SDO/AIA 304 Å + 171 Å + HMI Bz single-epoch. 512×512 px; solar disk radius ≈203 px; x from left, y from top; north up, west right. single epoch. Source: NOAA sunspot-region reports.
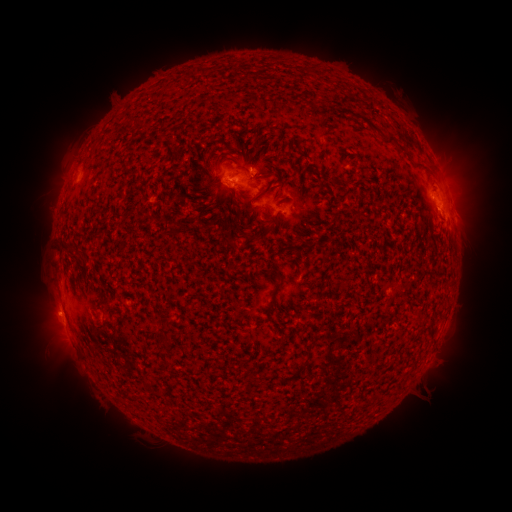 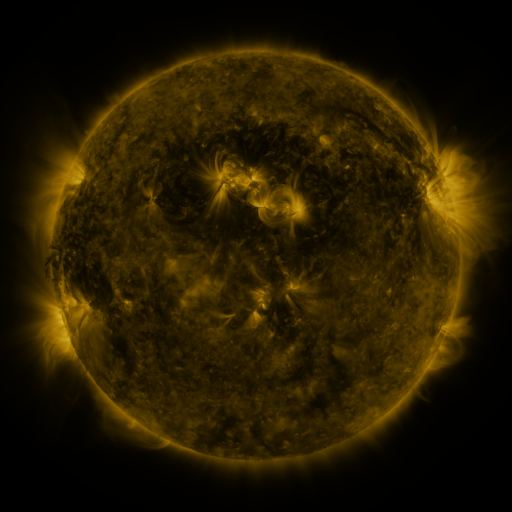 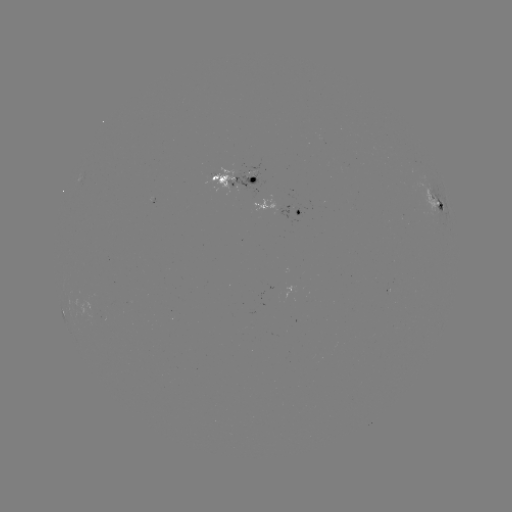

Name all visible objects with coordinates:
spotted active region: (238, 178)
spotted active region: (439, 203)
spotted active region: (280, 209)
